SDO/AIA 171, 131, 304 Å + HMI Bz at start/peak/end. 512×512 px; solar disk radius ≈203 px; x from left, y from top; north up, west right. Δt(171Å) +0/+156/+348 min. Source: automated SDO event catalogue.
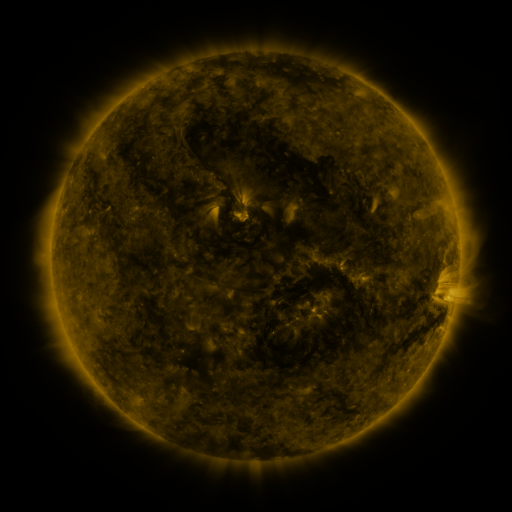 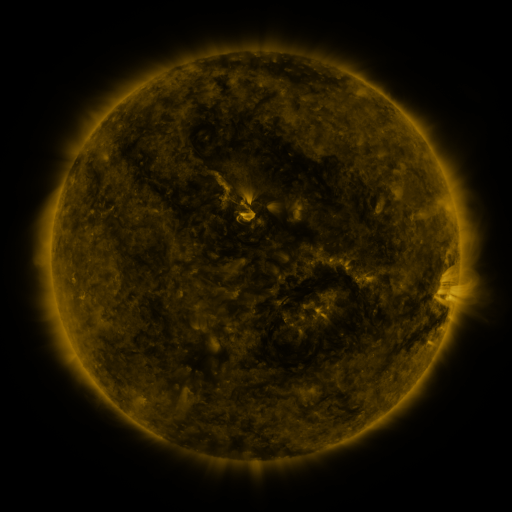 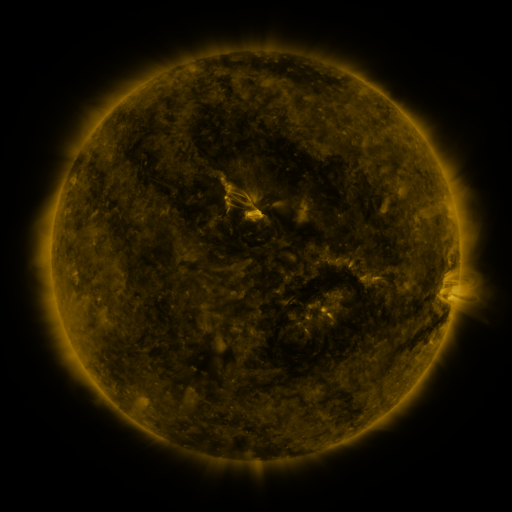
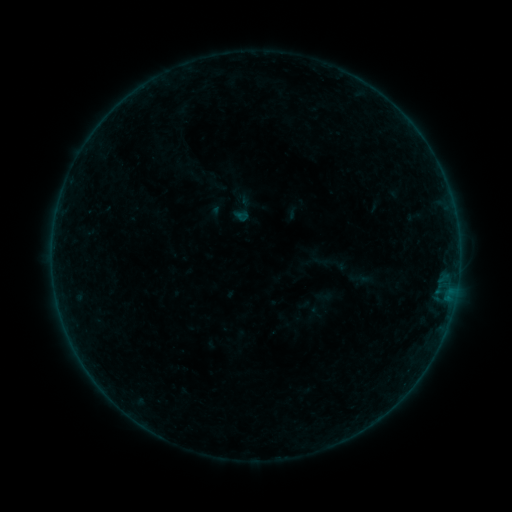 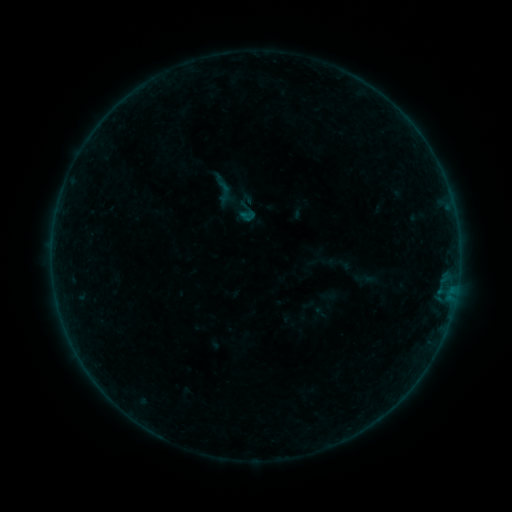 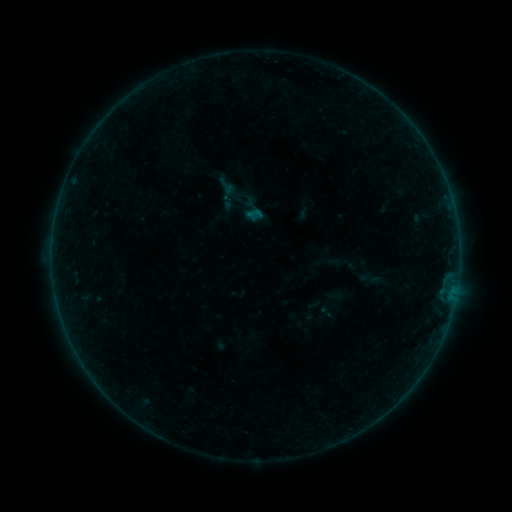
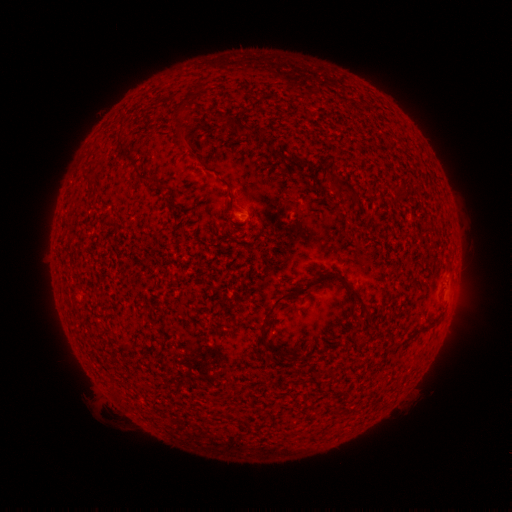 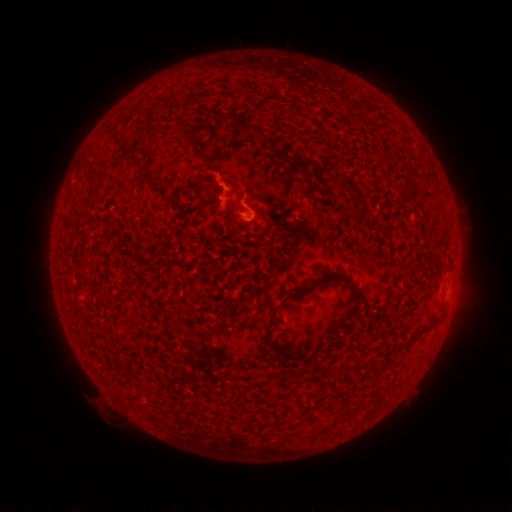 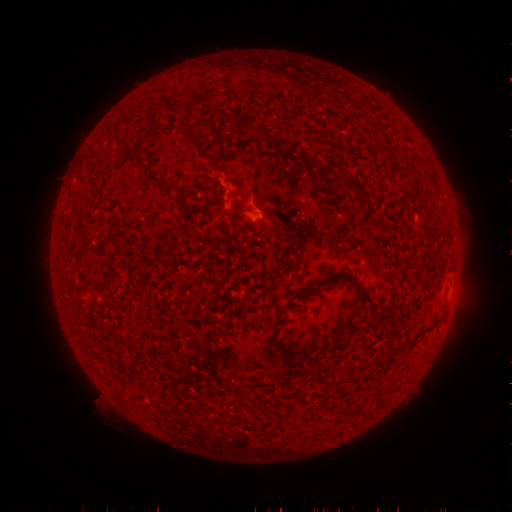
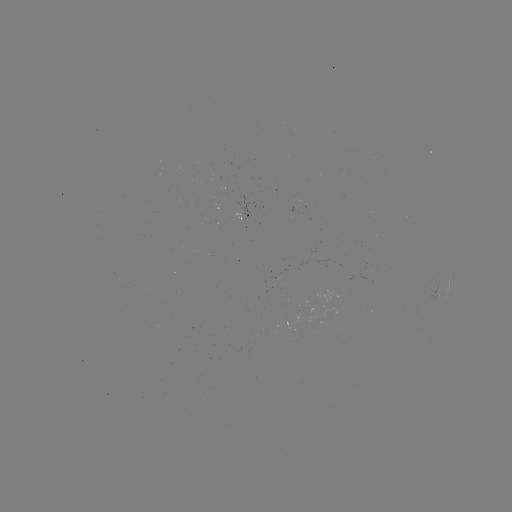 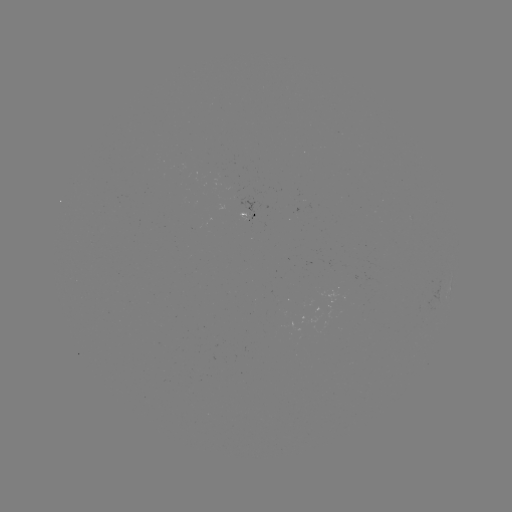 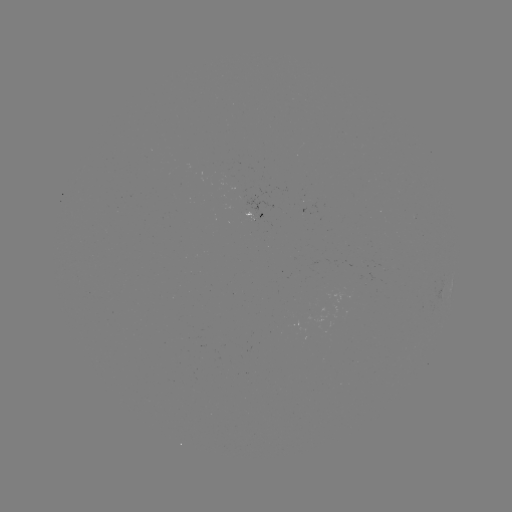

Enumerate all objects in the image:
B1.6 flare: (225, 198)
